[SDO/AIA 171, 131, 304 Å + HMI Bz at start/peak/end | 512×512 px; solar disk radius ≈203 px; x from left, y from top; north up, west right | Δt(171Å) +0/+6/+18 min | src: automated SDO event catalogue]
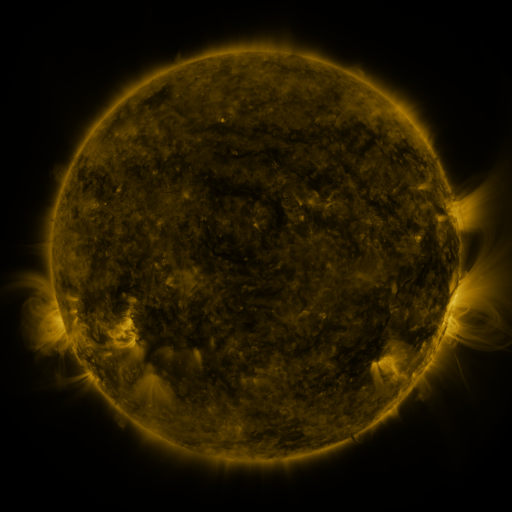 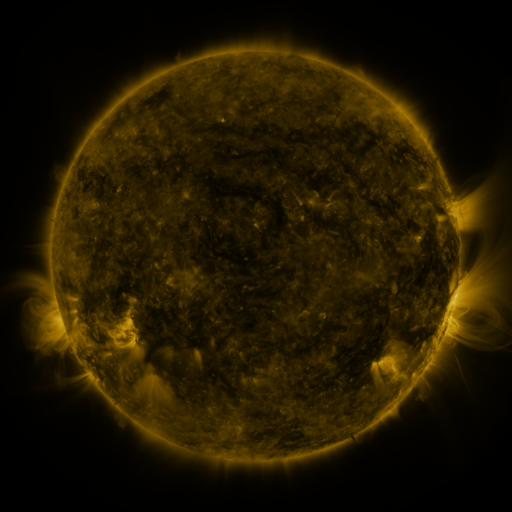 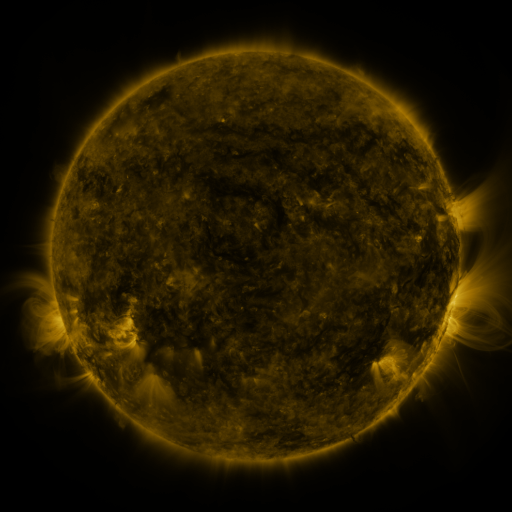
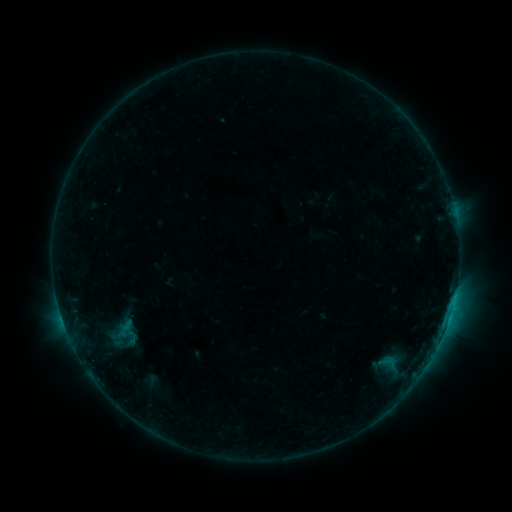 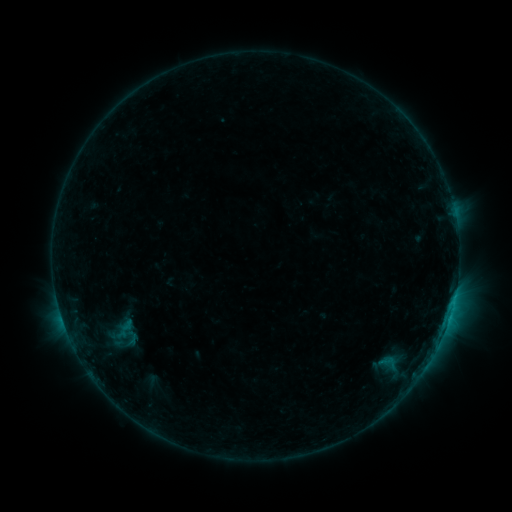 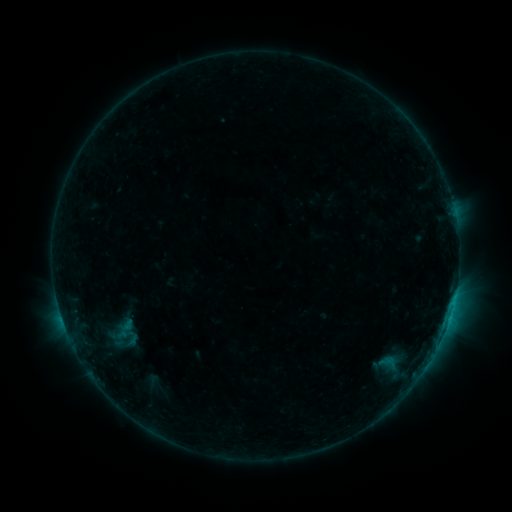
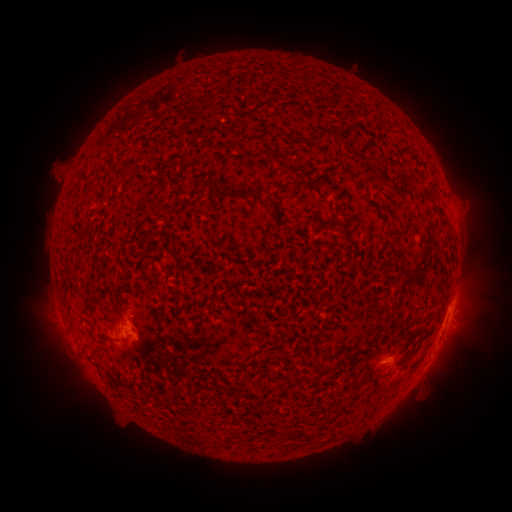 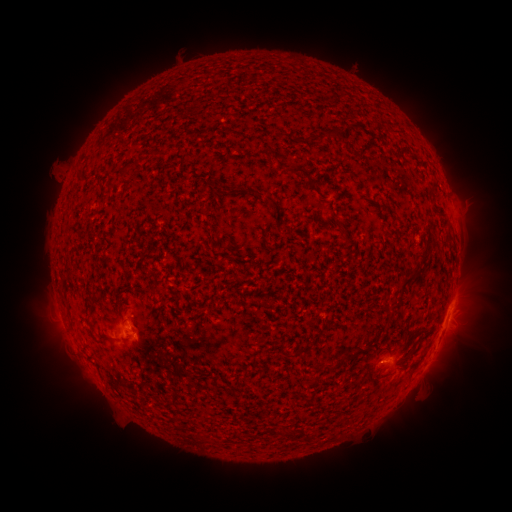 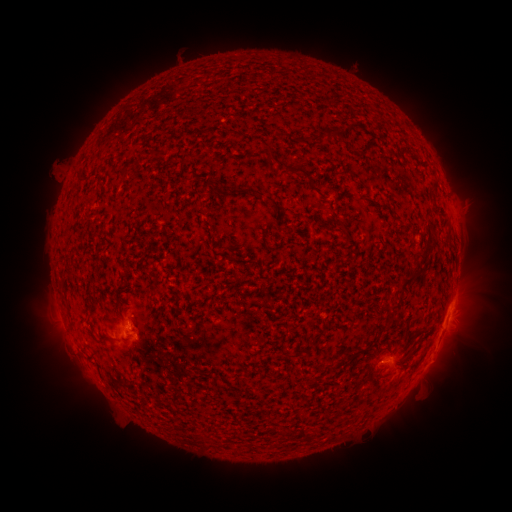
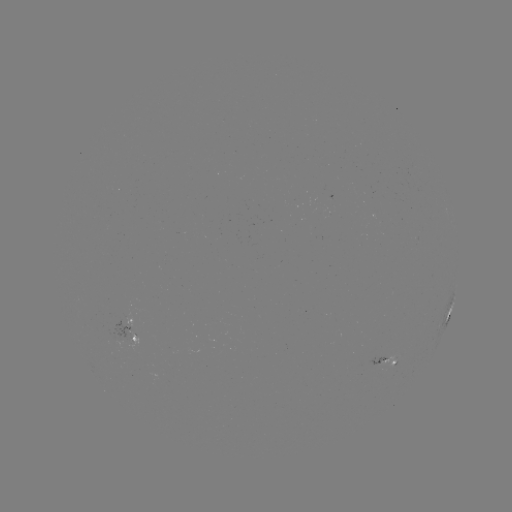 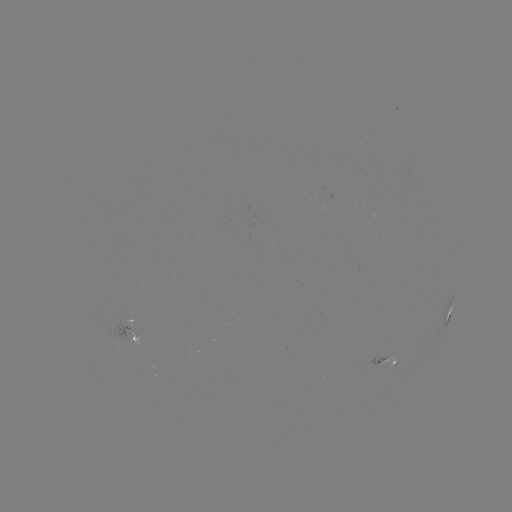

nothing was catalogued: no classed flare, no EUV trigger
